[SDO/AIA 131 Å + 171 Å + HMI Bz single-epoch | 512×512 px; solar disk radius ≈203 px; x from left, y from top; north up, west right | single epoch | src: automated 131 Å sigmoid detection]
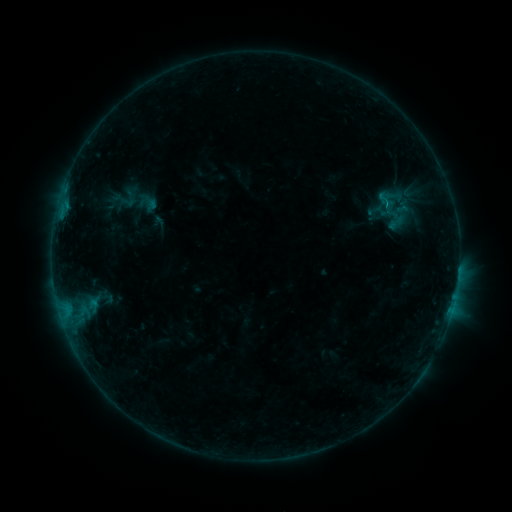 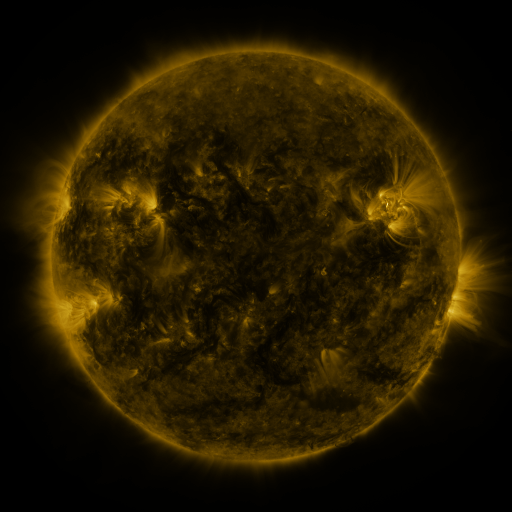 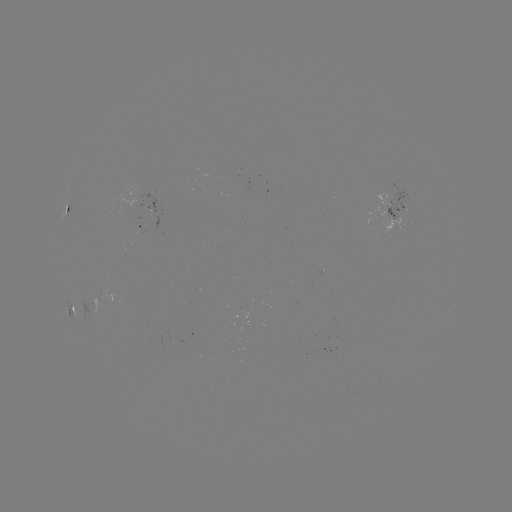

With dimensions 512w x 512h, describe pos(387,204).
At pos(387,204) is sigmoid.